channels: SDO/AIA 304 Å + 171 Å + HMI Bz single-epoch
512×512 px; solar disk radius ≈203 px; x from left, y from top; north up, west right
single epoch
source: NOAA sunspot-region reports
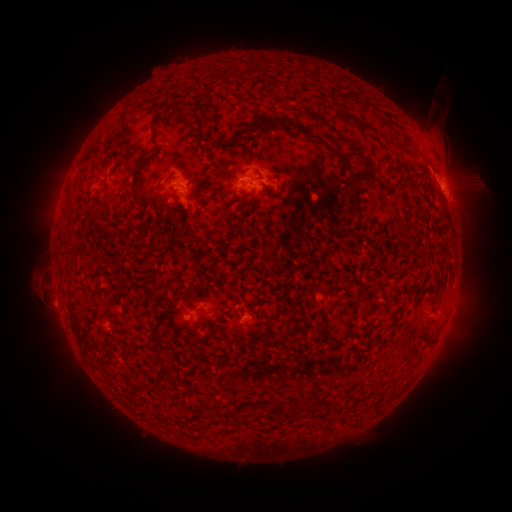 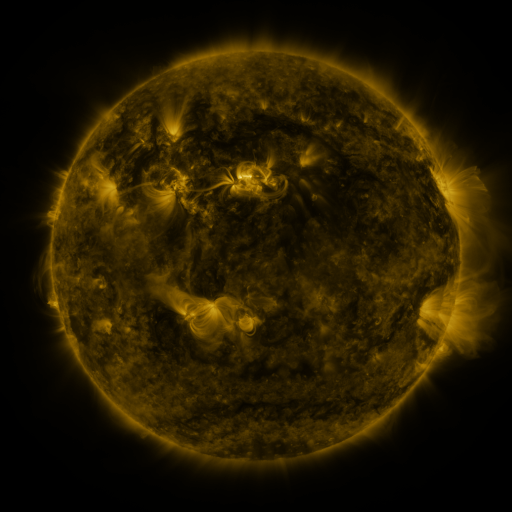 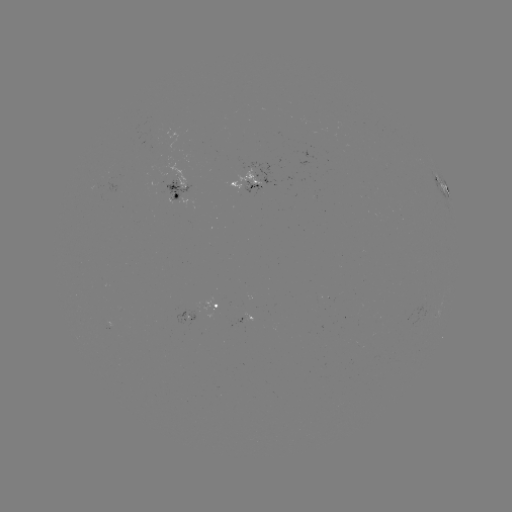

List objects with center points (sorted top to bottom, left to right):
spotted active region: (245, 182)
spotted active region: (443, 184)
spotted active region: (178, 187)
spotted active region: (216, 308)
